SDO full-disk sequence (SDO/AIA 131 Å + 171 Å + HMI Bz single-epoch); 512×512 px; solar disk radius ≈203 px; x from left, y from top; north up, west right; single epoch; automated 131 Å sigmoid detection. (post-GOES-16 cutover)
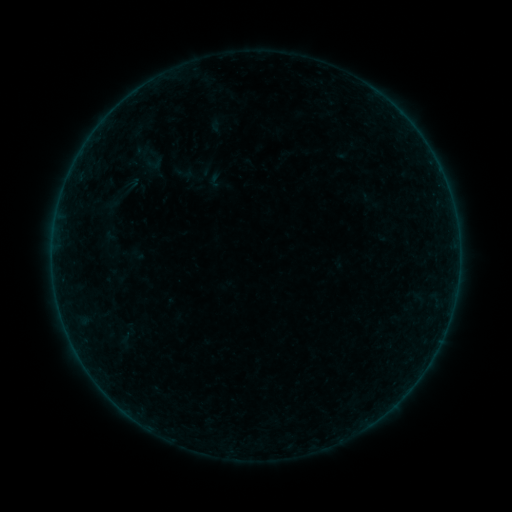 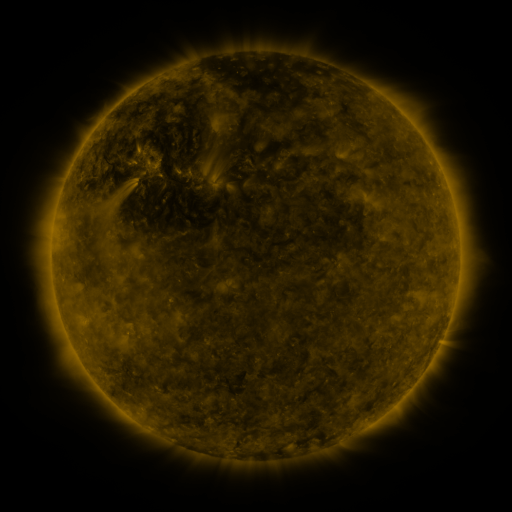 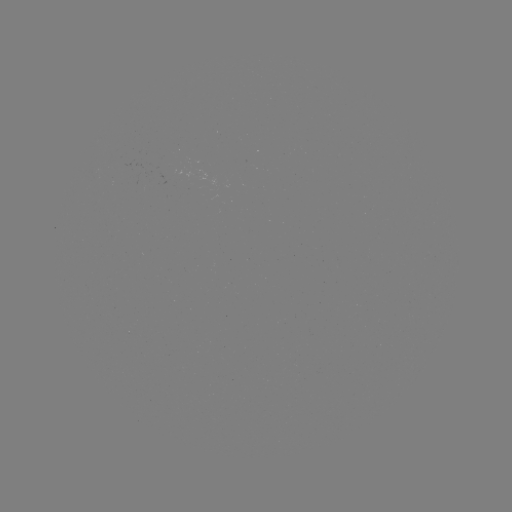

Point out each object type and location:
sigmoid: <bbox>144, 151, 165, 174</bbox>
sigmoid: <bbox>174, 160, 196, 185</bbox>
